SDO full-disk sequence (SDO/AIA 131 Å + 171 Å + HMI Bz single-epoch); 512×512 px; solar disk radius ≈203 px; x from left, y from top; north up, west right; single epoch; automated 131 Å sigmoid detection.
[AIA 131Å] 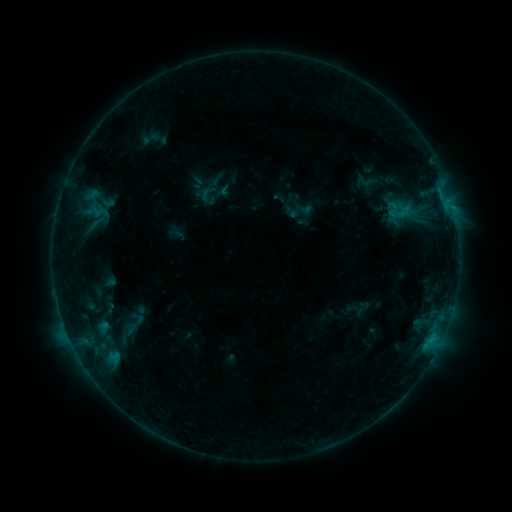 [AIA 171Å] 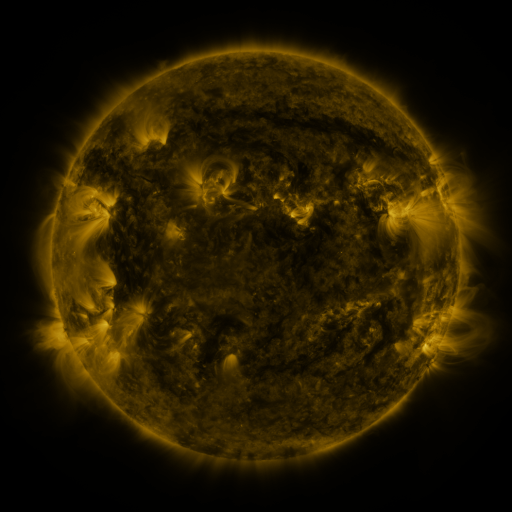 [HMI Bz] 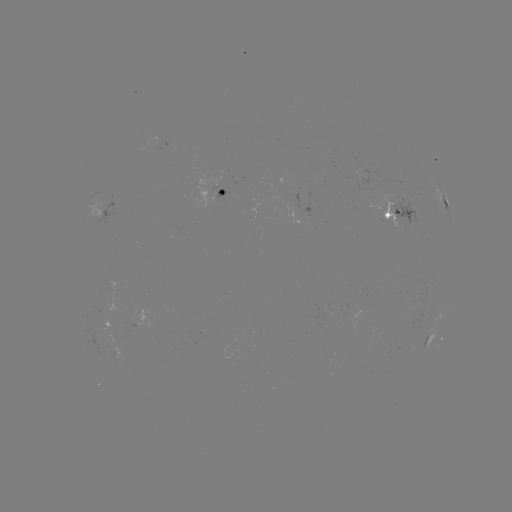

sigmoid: (389, 202, 413, 222)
